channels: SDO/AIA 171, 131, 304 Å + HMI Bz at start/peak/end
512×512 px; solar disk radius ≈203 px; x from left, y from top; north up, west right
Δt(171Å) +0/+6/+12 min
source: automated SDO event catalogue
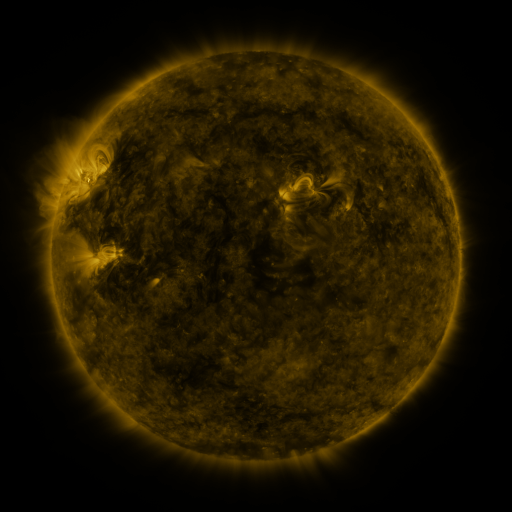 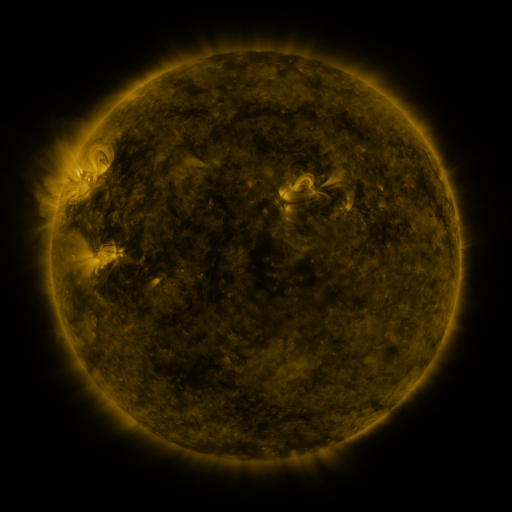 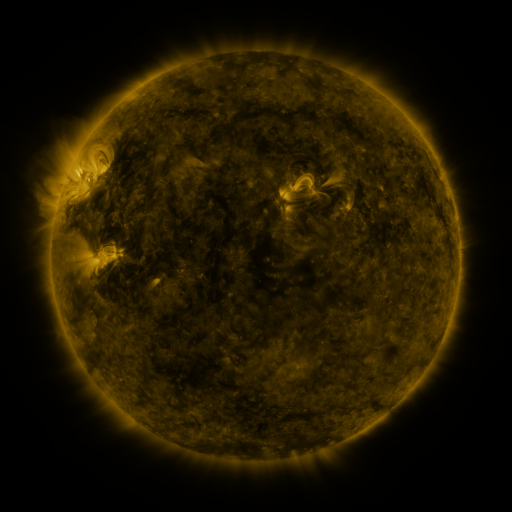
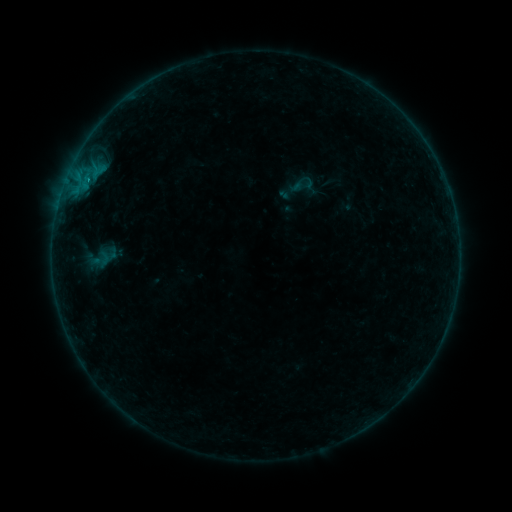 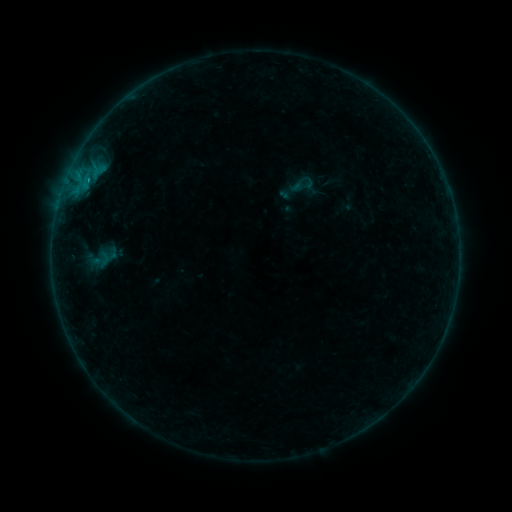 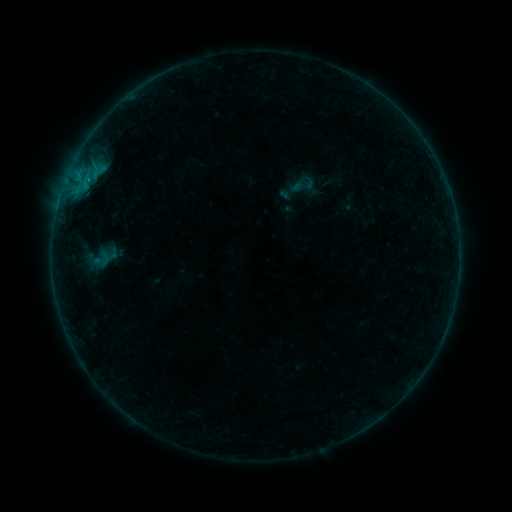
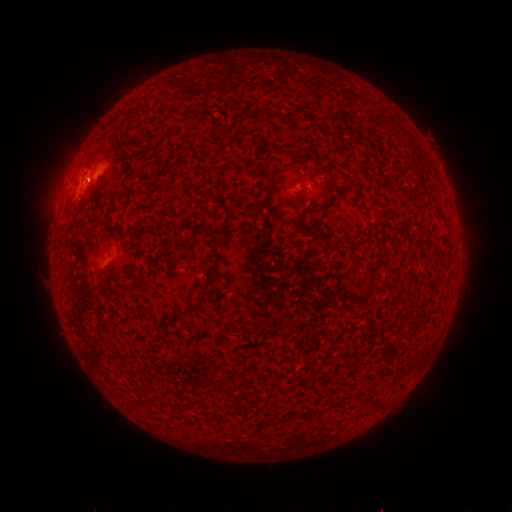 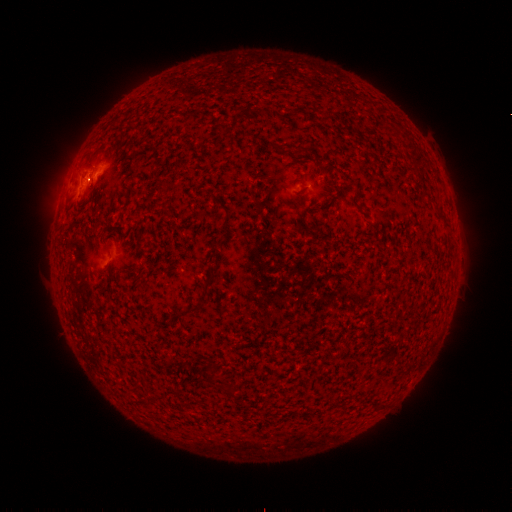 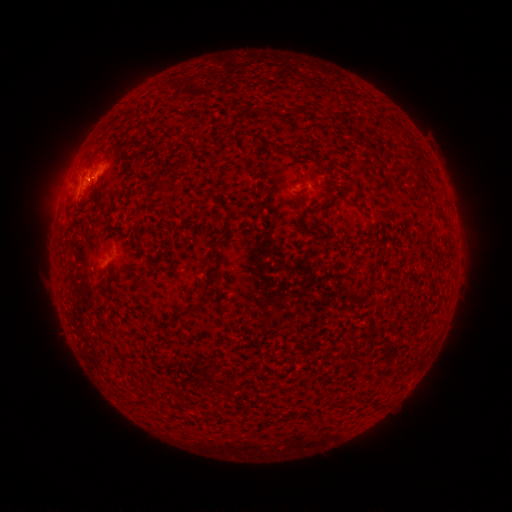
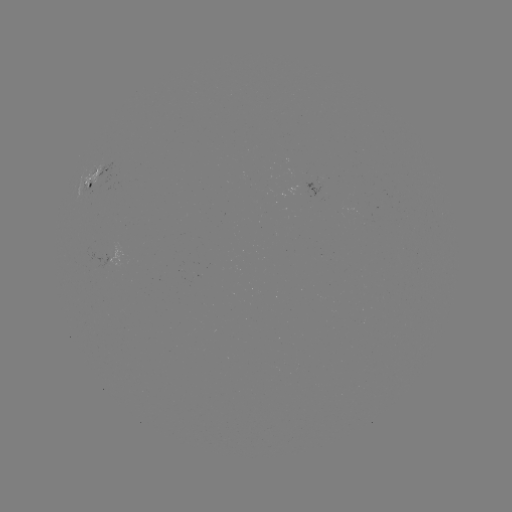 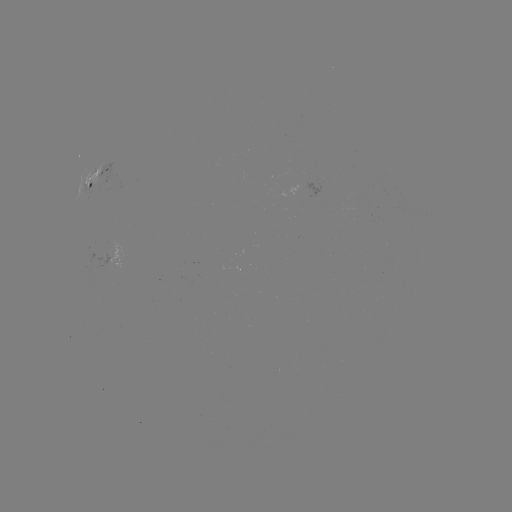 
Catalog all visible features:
B2.7 flare: (88, 181)
